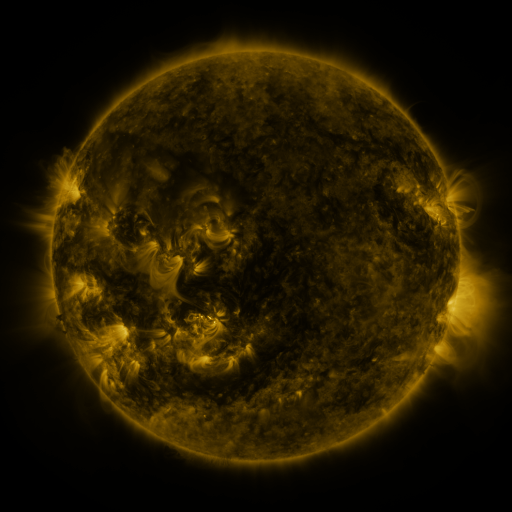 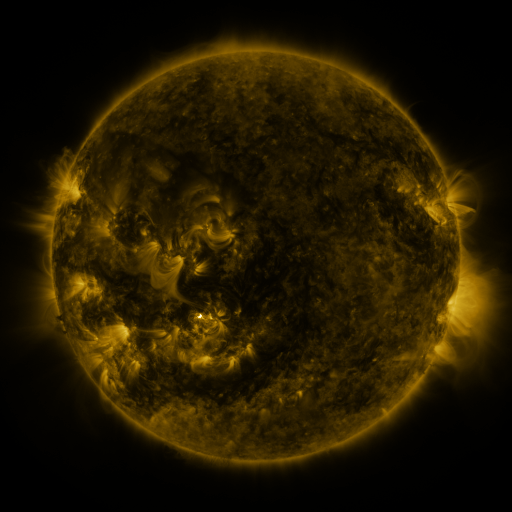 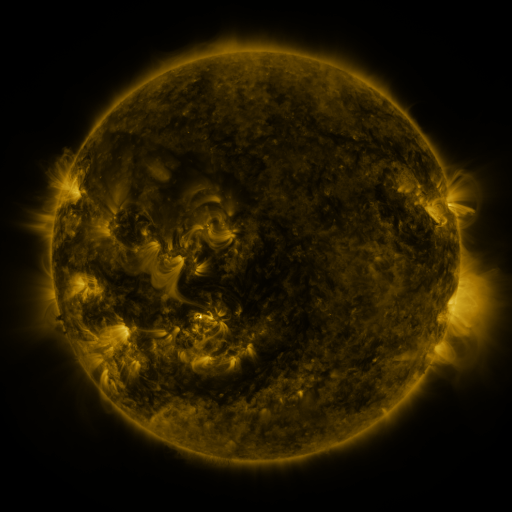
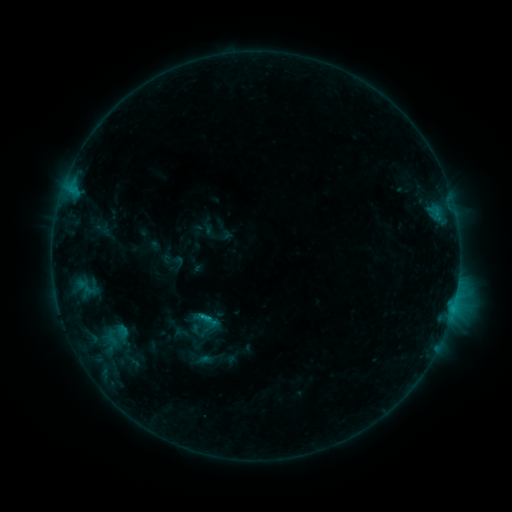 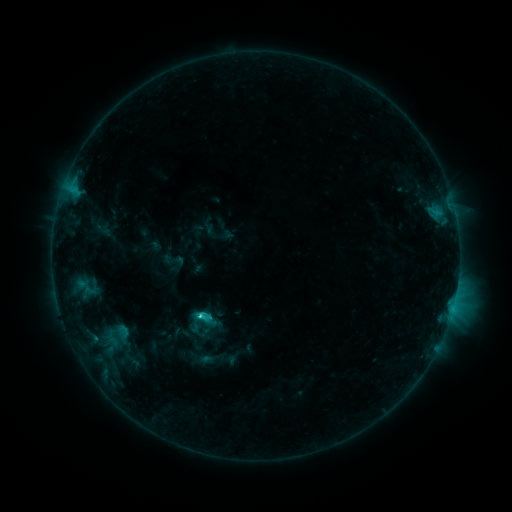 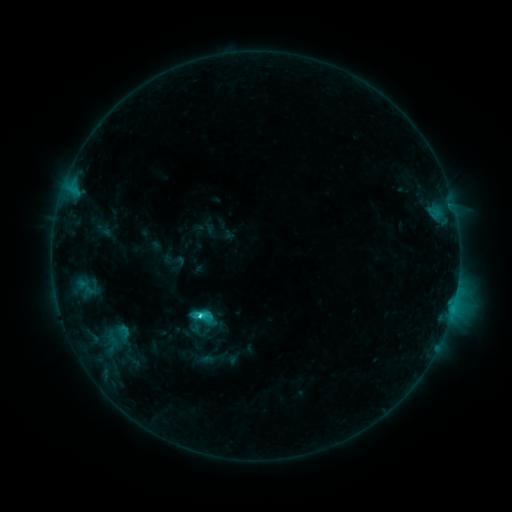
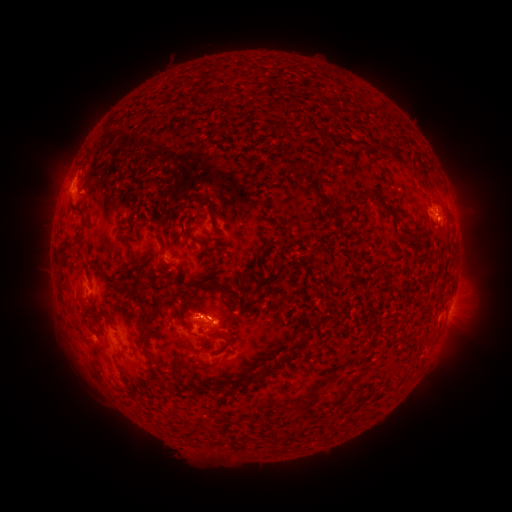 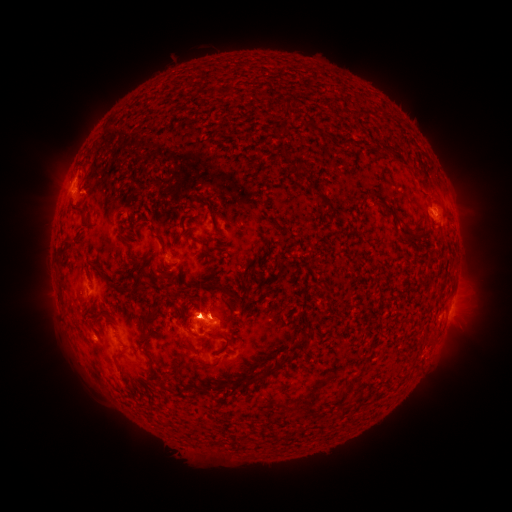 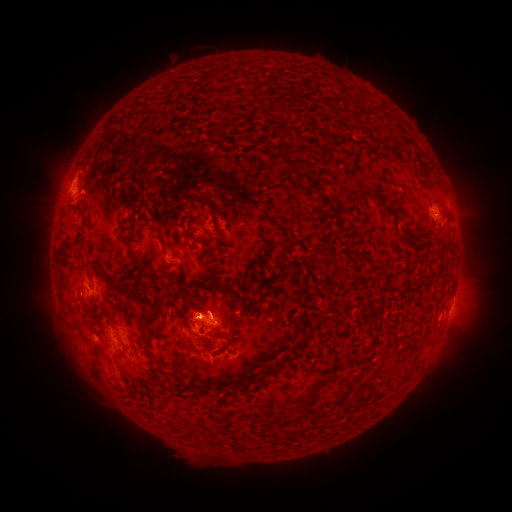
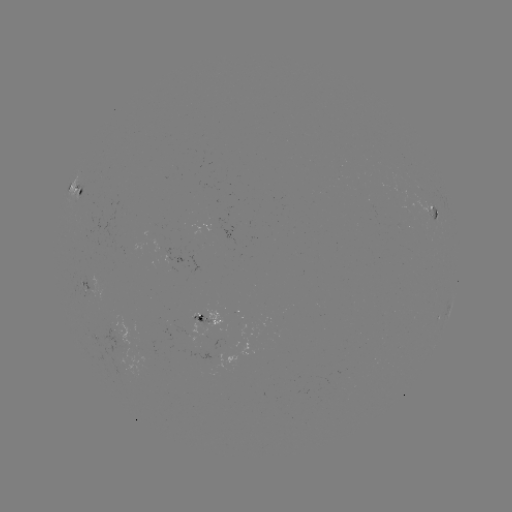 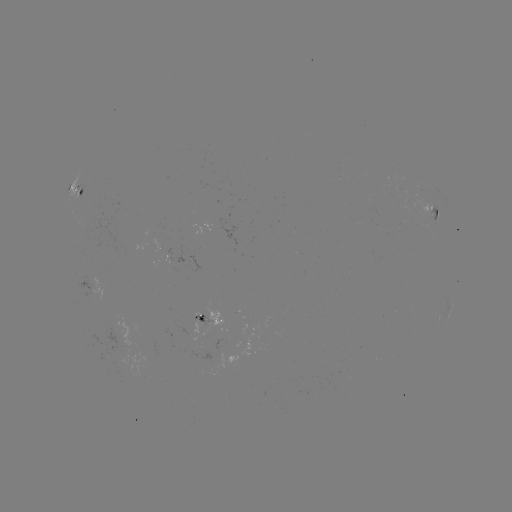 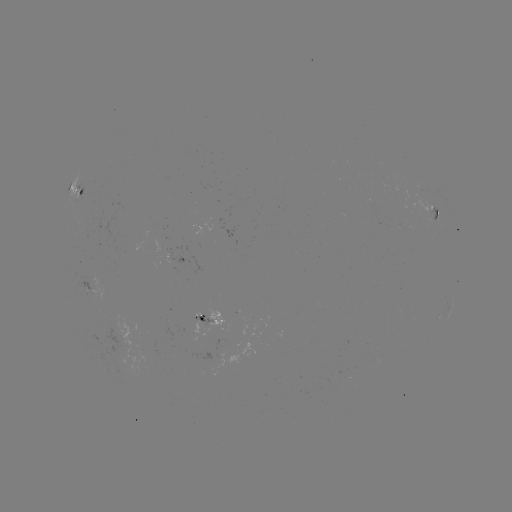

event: flare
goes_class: C3.6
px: (204, 316)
